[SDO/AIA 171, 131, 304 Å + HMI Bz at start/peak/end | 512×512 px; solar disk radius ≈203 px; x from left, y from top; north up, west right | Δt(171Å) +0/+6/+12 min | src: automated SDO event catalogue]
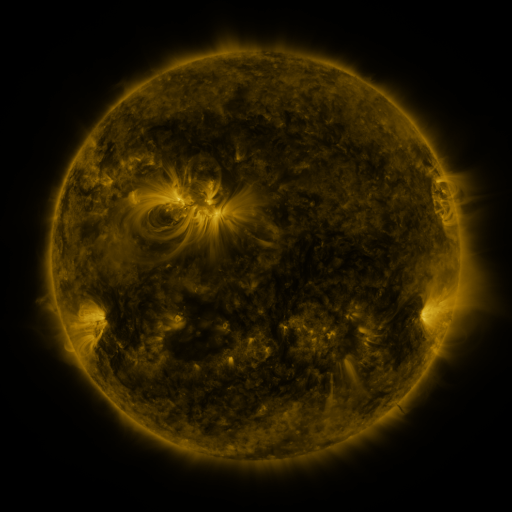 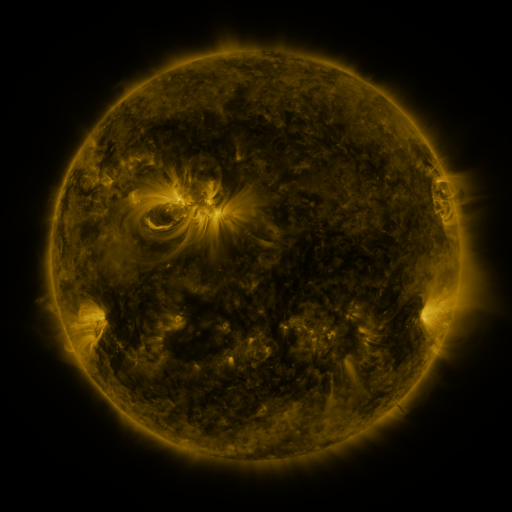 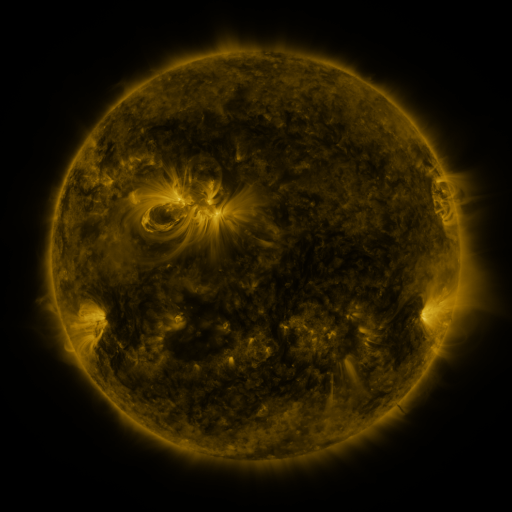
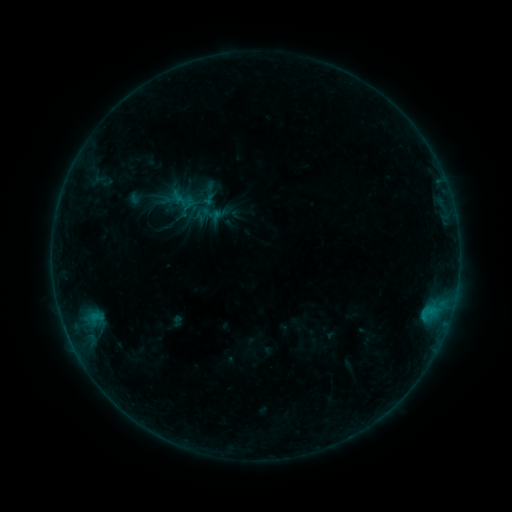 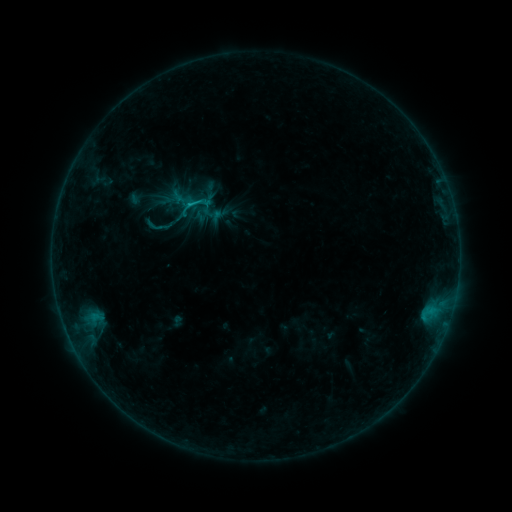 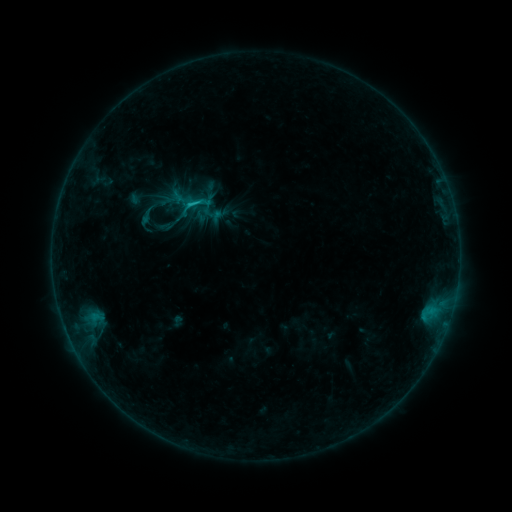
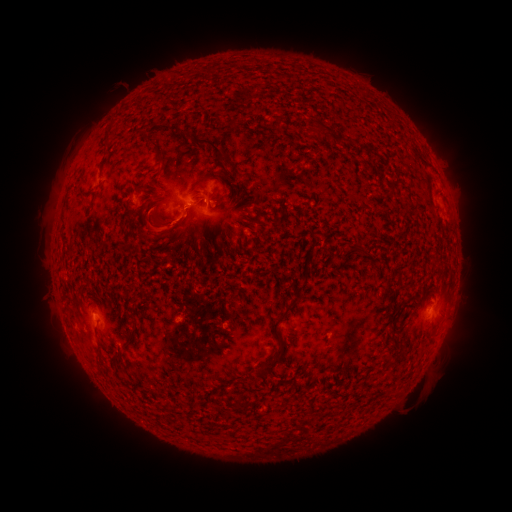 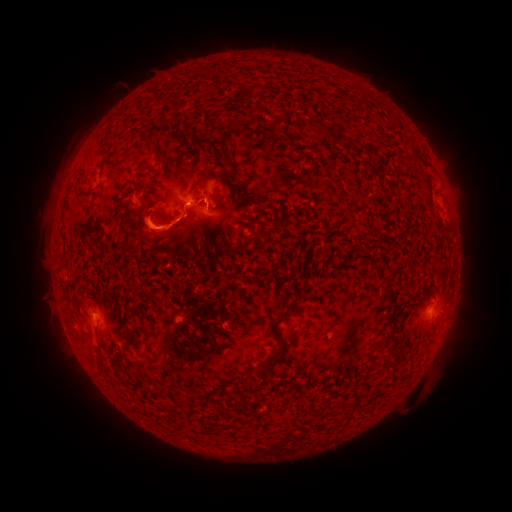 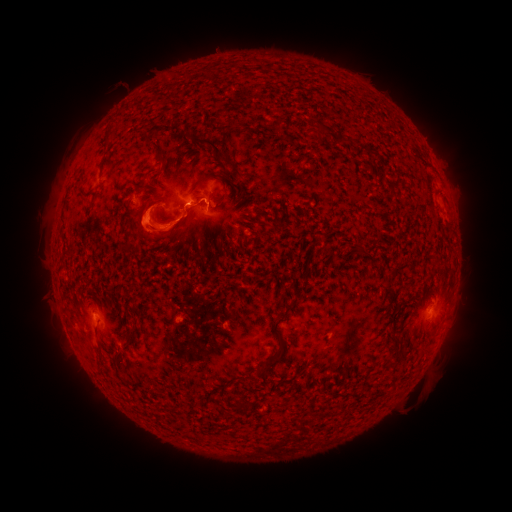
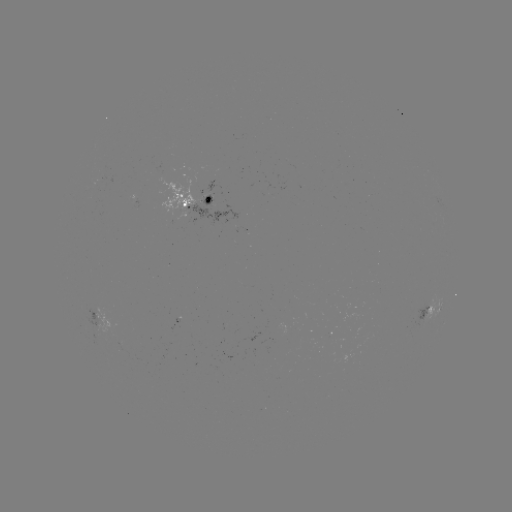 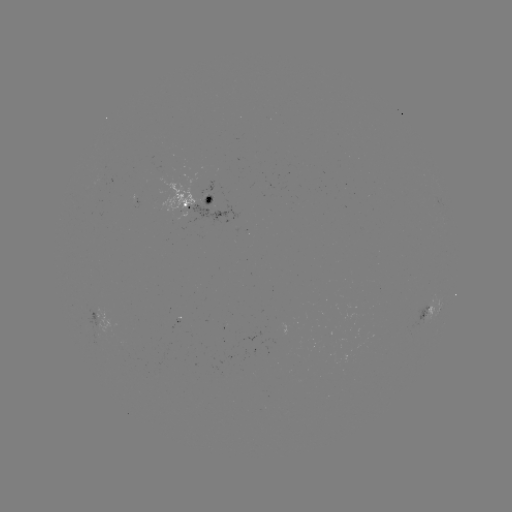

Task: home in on B9.4 flare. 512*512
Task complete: (191, 207).